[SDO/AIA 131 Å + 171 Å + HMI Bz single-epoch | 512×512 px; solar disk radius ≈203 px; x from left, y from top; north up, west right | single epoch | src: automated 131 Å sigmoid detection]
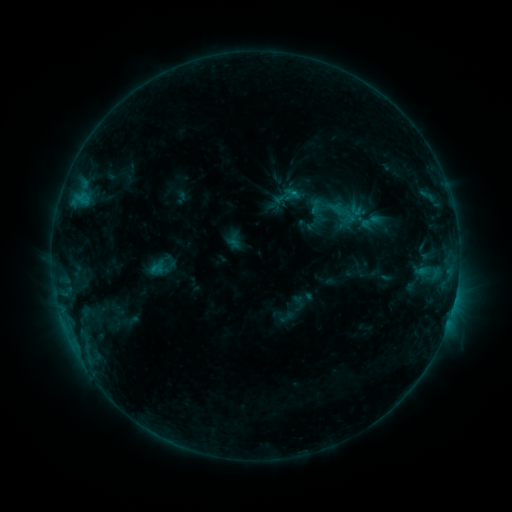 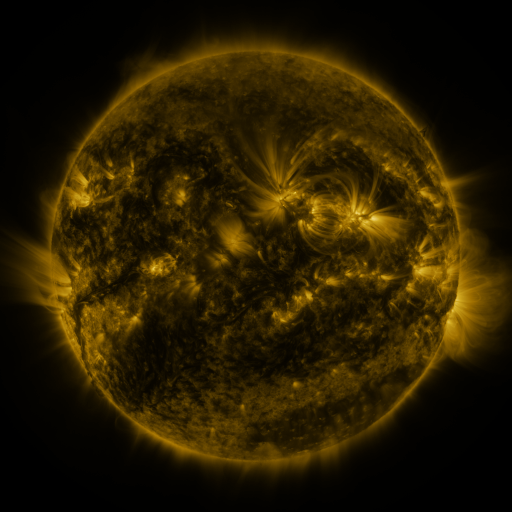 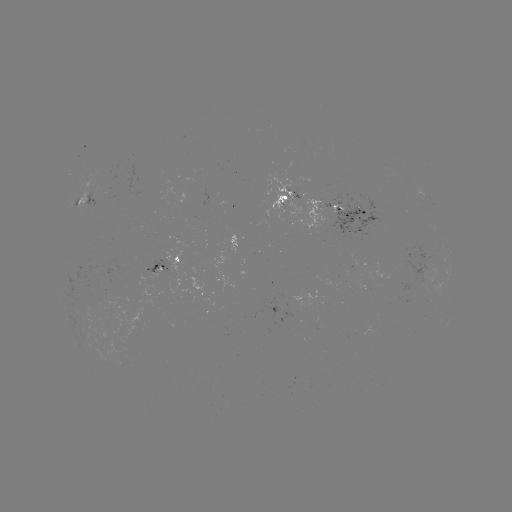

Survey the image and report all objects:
sigmoid: (371, 221)
